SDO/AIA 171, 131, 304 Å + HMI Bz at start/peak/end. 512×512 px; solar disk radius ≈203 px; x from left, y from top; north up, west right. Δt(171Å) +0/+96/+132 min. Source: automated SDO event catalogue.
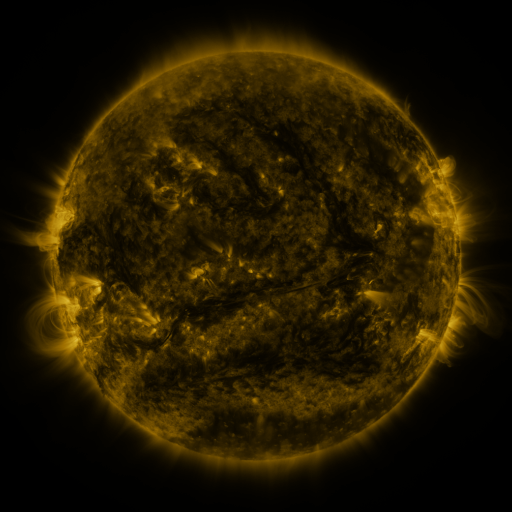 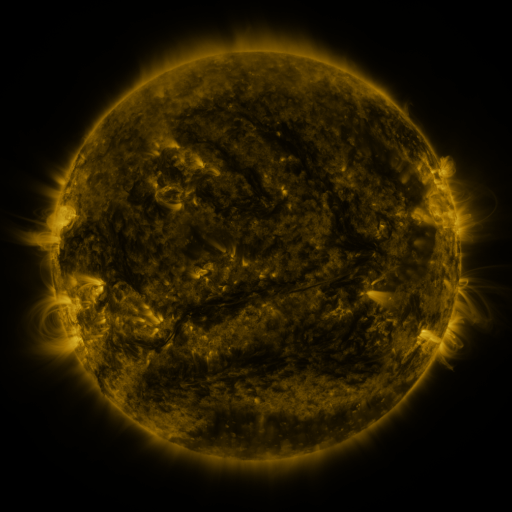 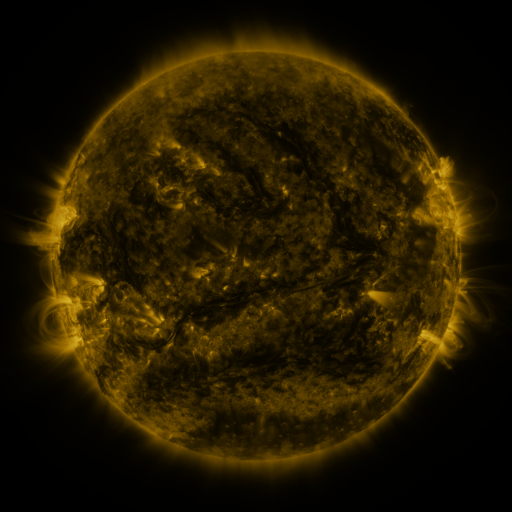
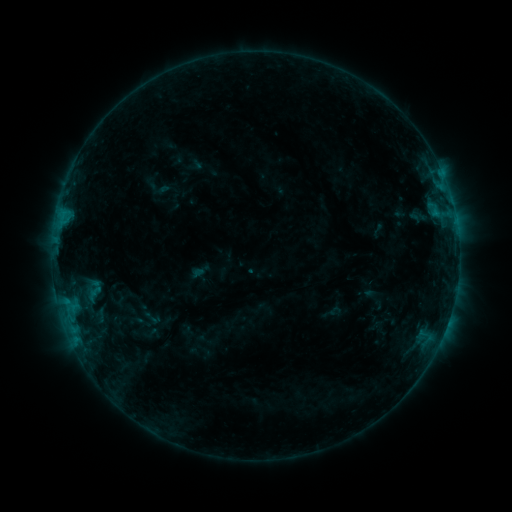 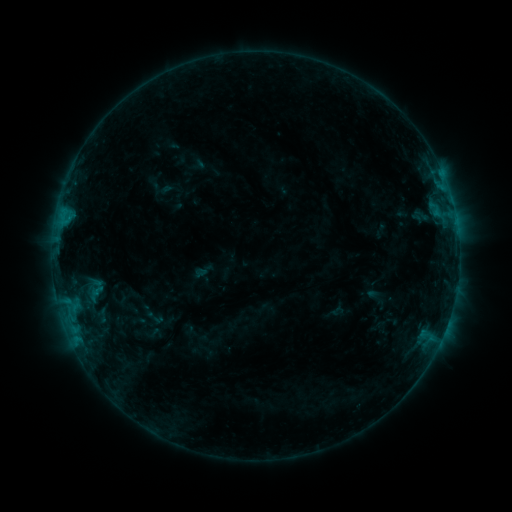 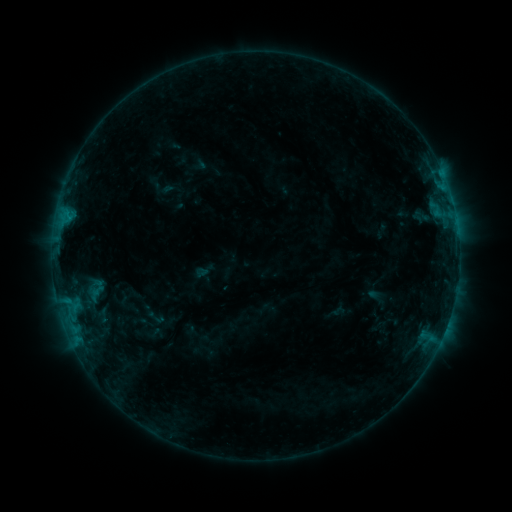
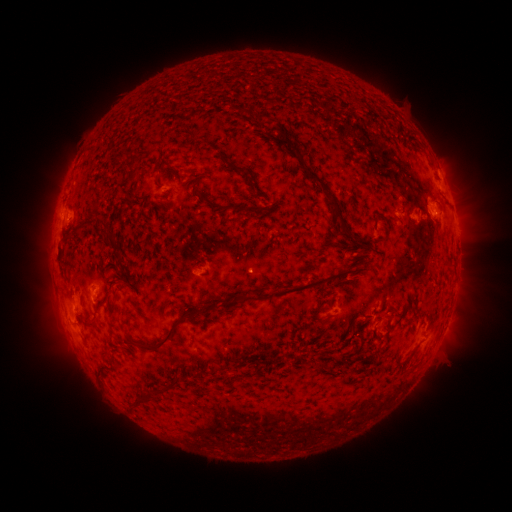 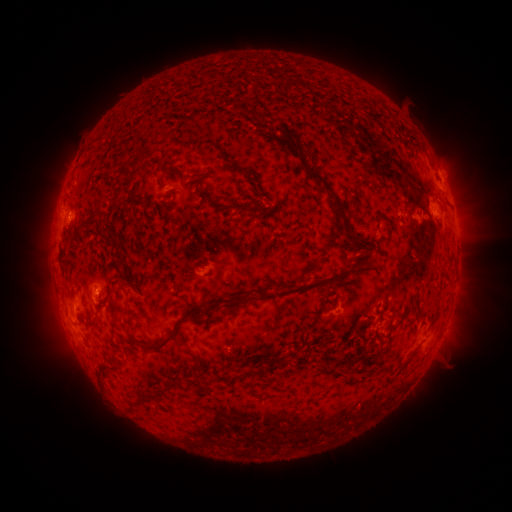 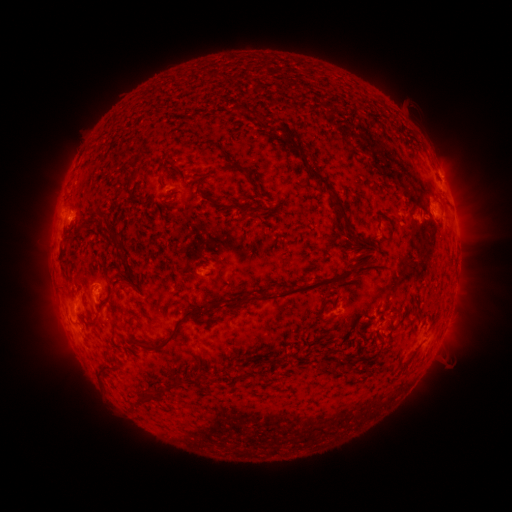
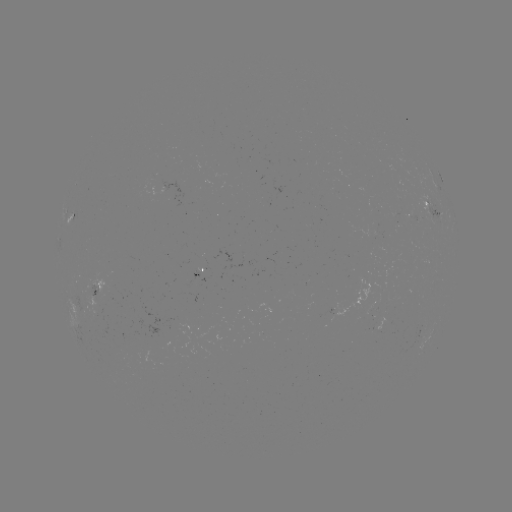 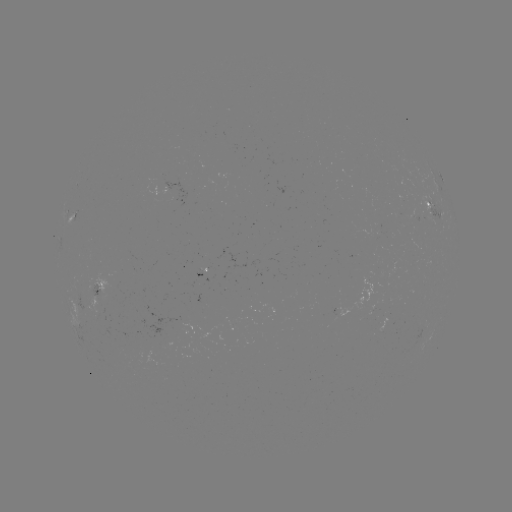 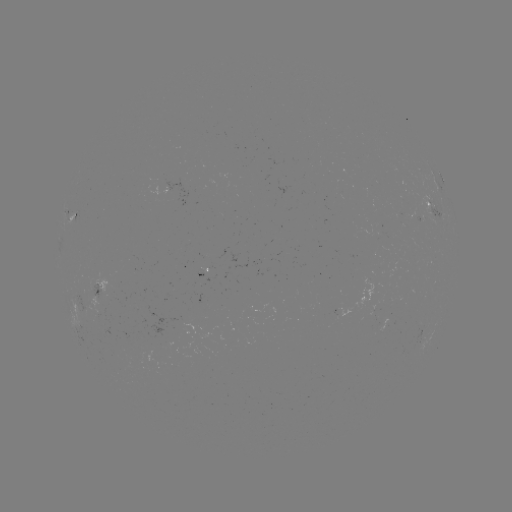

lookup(emerging-flux region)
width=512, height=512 (94, 287)